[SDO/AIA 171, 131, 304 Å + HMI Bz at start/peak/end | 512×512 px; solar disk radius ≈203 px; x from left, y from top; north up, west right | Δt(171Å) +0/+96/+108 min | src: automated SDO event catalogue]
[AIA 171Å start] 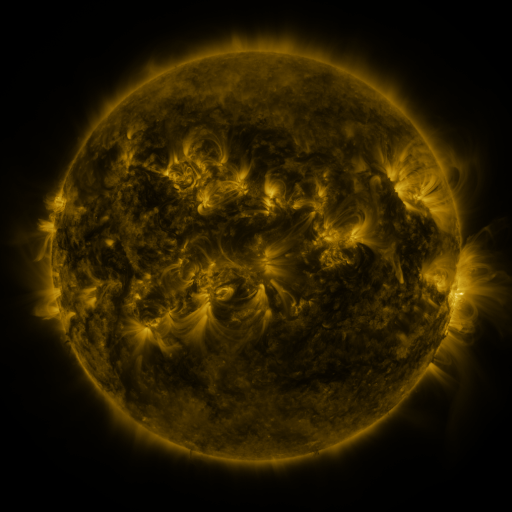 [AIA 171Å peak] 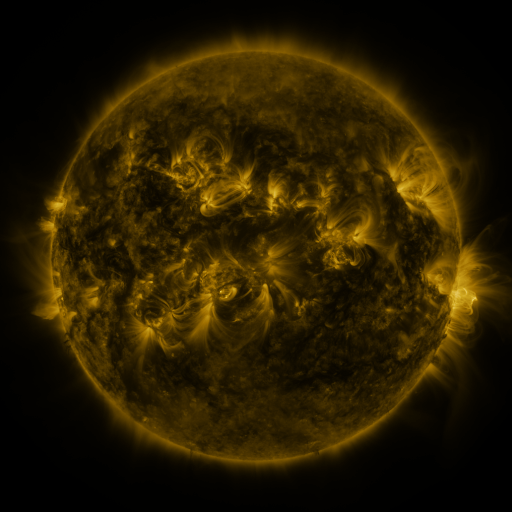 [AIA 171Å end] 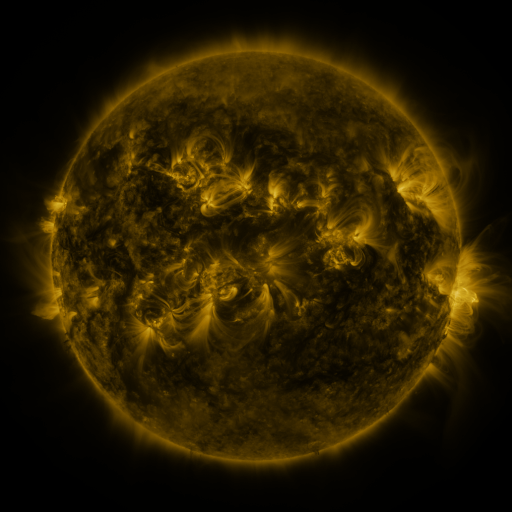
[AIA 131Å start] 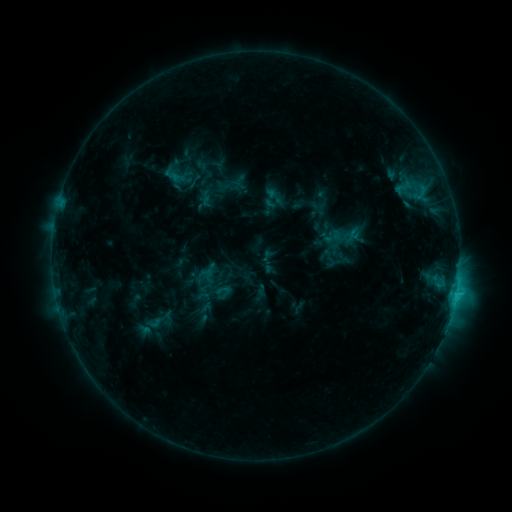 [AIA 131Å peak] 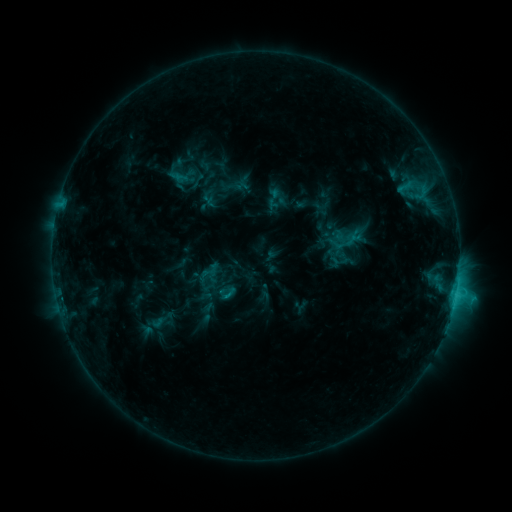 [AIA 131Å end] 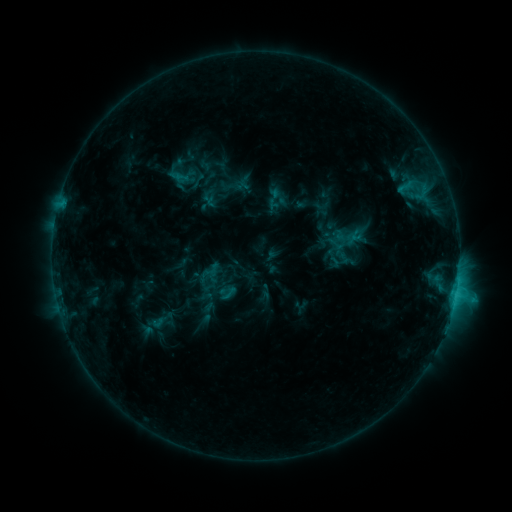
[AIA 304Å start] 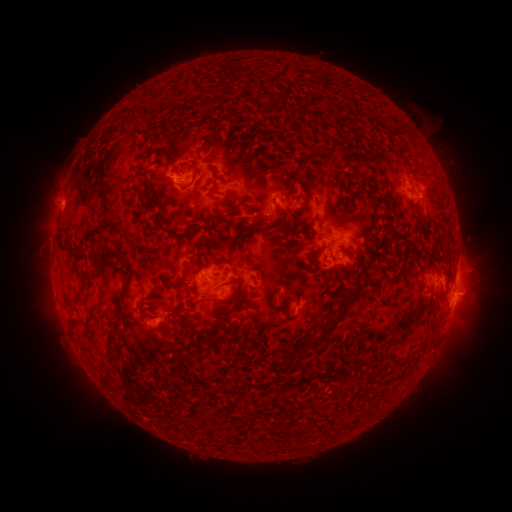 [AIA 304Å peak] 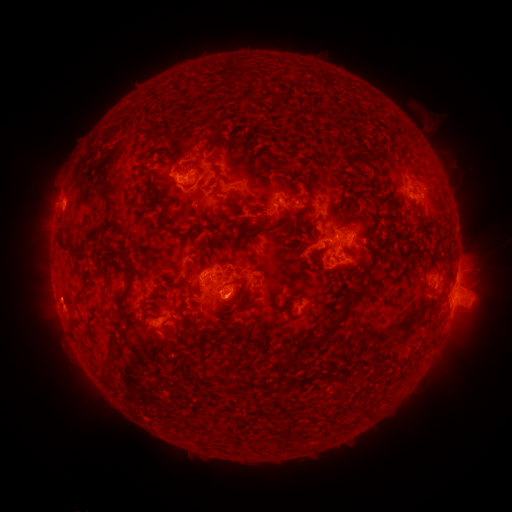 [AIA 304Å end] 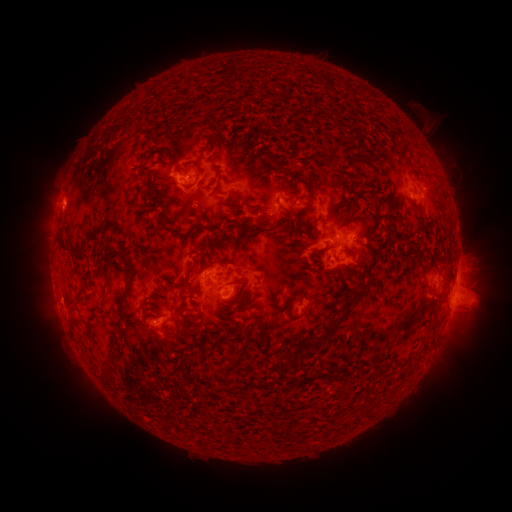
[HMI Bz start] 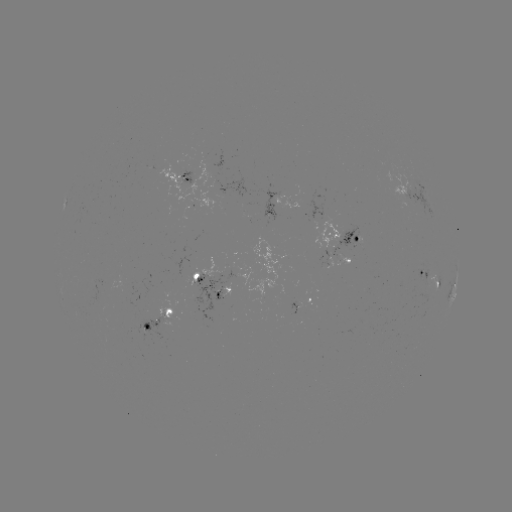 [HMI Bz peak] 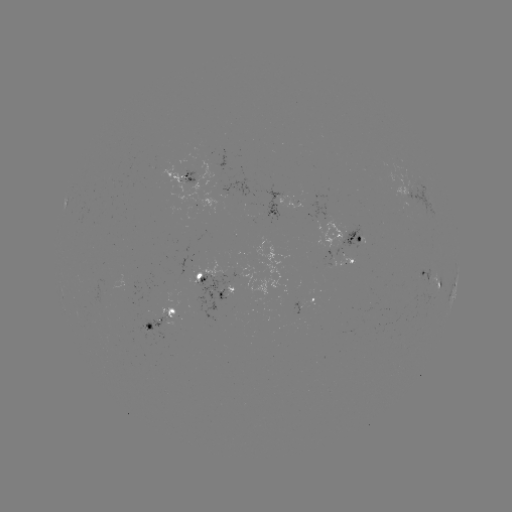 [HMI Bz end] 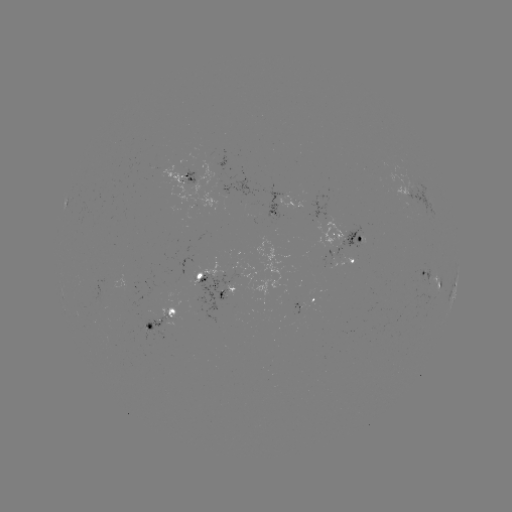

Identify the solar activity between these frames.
emerging-flux region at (320, 199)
